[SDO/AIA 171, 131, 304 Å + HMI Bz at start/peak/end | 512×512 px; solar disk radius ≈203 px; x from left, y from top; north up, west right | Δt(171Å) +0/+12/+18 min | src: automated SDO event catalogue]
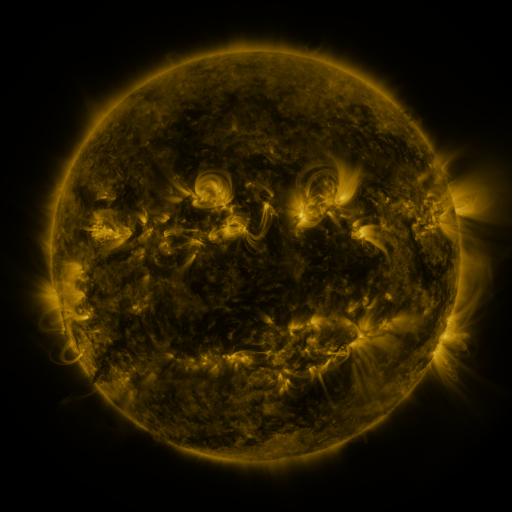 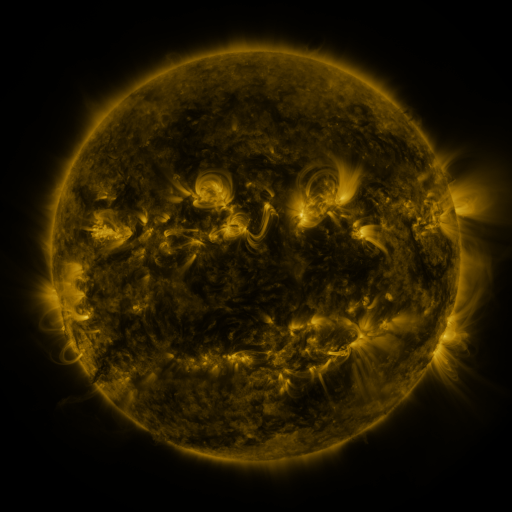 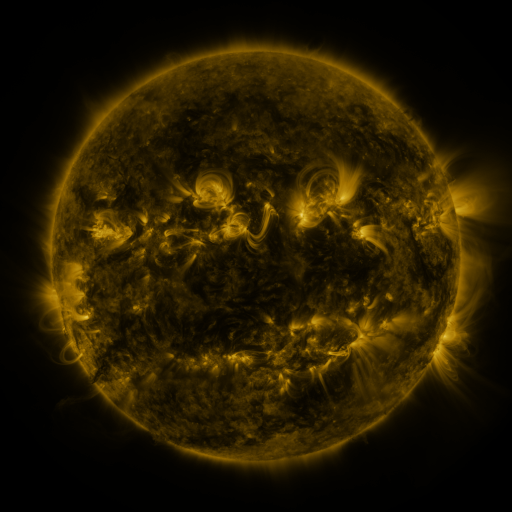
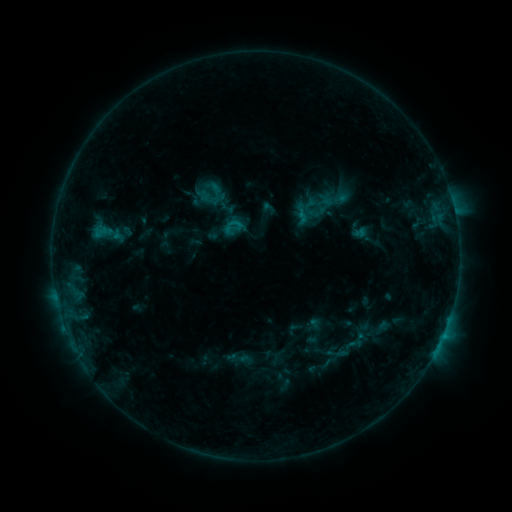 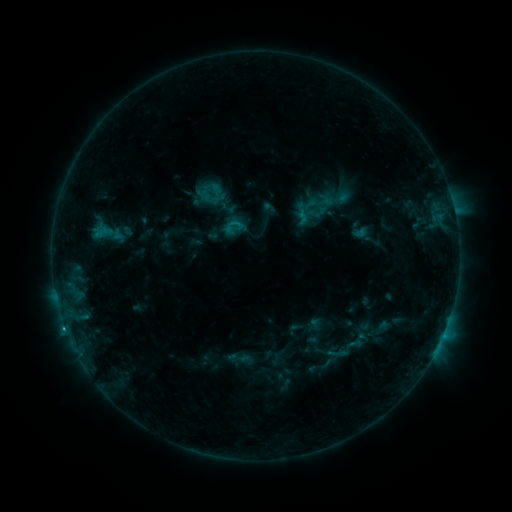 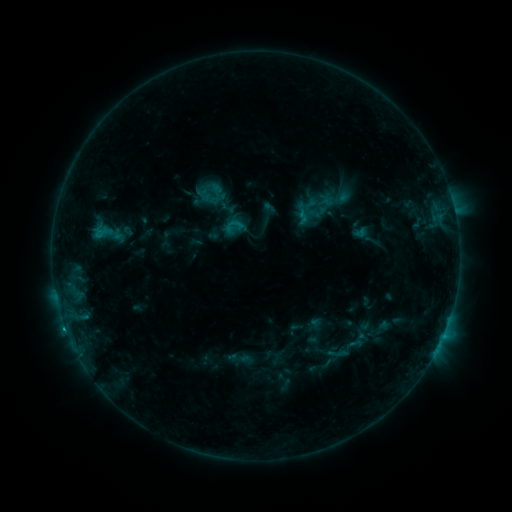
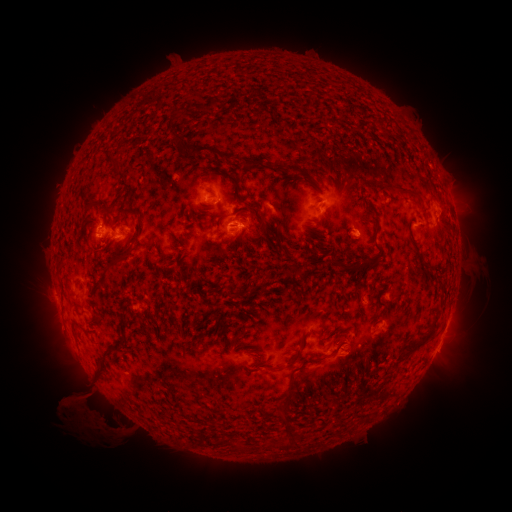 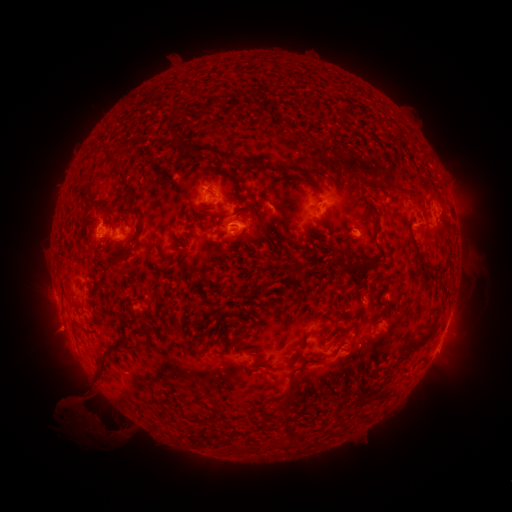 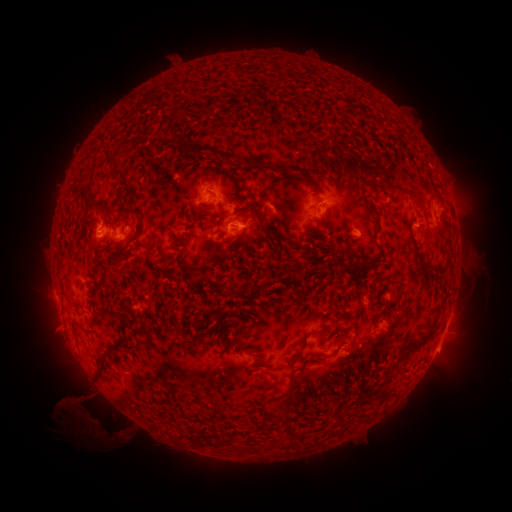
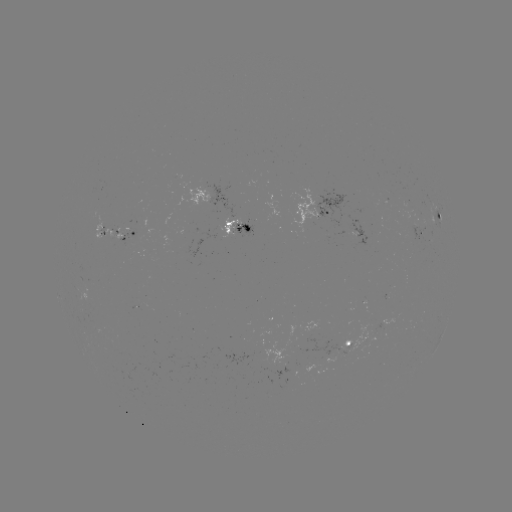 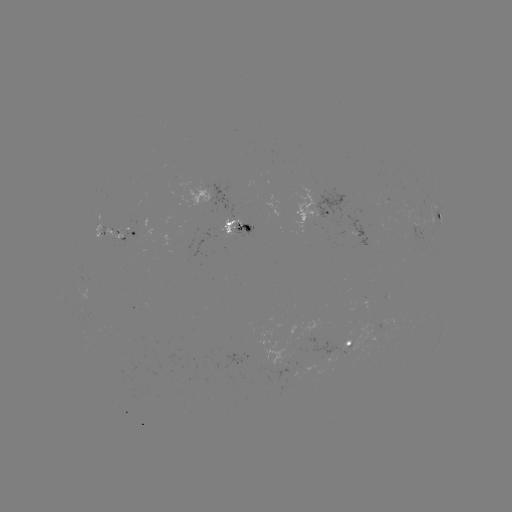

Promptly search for eruption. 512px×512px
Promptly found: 91,426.